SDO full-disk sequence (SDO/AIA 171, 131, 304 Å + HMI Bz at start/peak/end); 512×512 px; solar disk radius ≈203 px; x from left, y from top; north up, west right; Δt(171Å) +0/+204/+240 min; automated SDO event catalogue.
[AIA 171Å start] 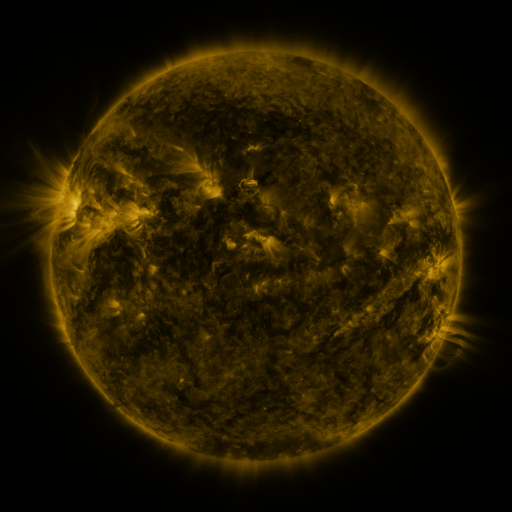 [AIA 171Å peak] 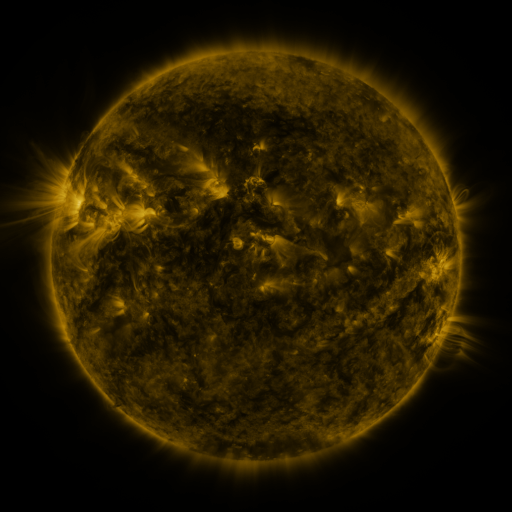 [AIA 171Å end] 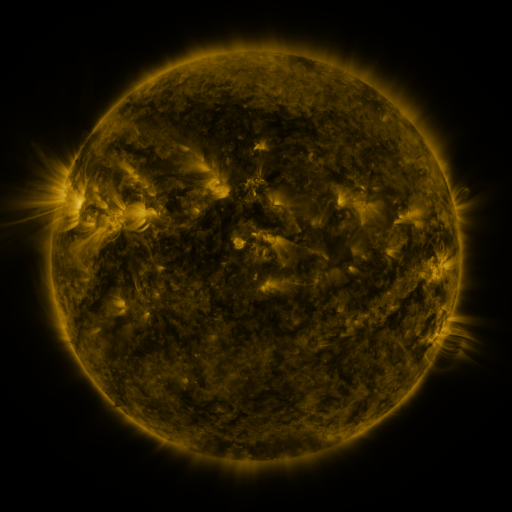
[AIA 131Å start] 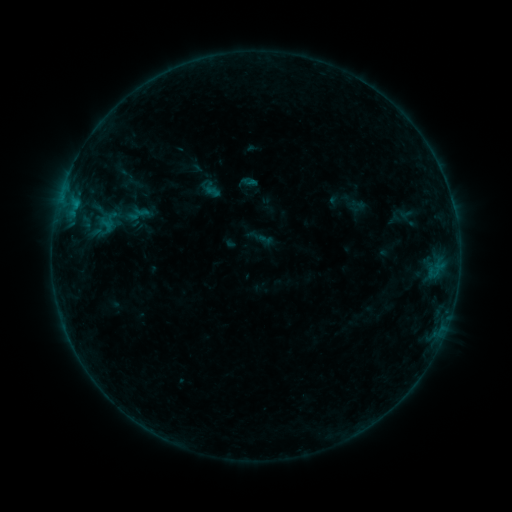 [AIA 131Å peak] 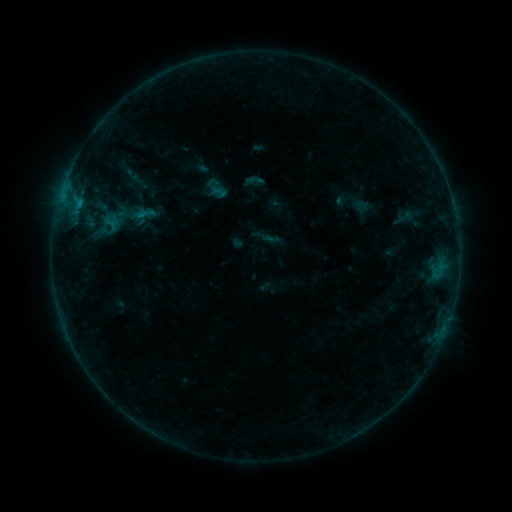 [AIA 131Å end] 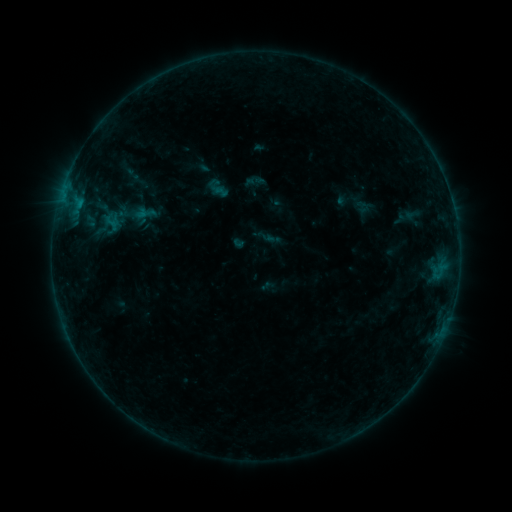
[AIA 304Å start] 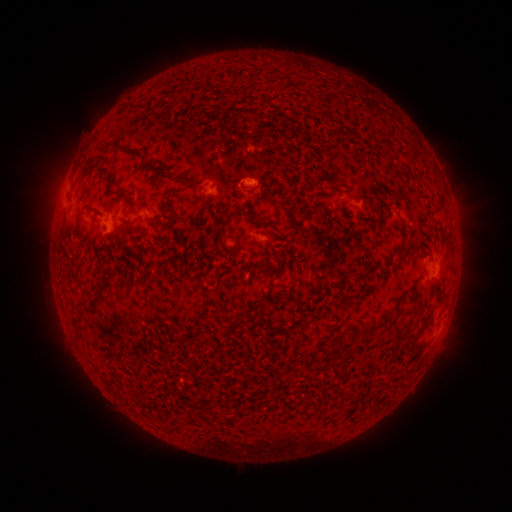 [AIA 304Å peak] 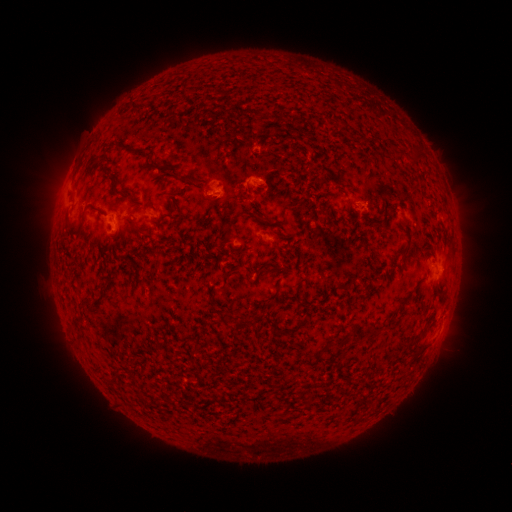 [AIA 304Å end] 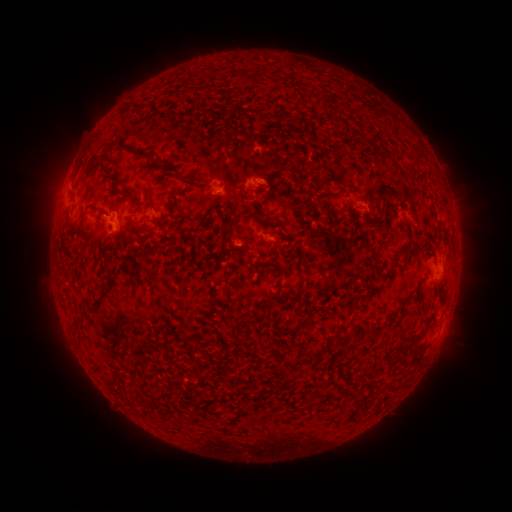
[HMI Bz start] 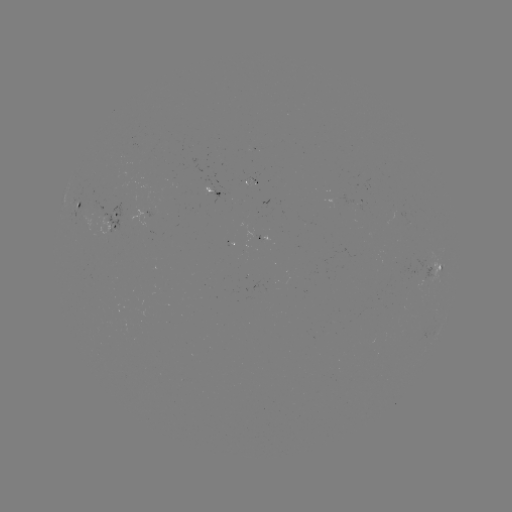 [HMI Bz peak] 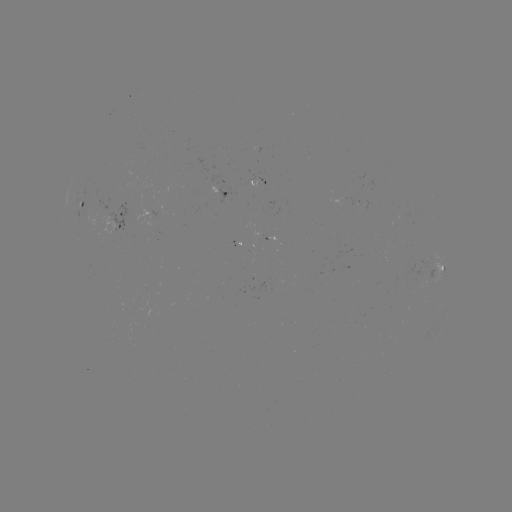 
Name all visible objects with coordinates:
emerging-flux region: (251, 182)
